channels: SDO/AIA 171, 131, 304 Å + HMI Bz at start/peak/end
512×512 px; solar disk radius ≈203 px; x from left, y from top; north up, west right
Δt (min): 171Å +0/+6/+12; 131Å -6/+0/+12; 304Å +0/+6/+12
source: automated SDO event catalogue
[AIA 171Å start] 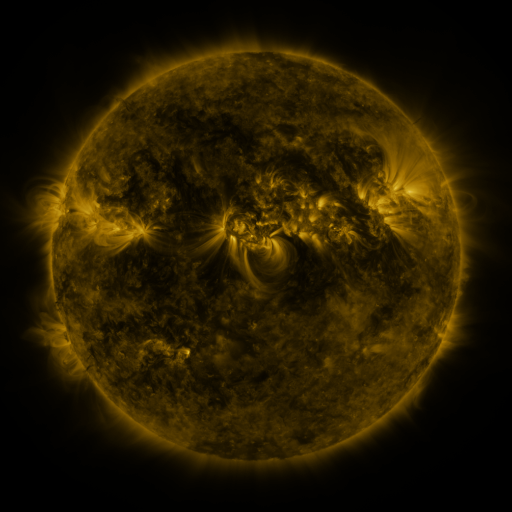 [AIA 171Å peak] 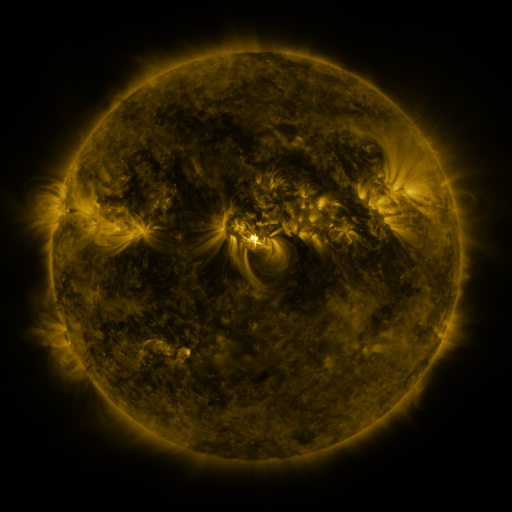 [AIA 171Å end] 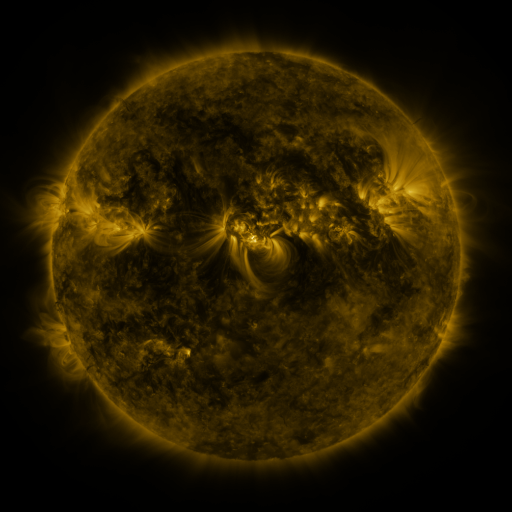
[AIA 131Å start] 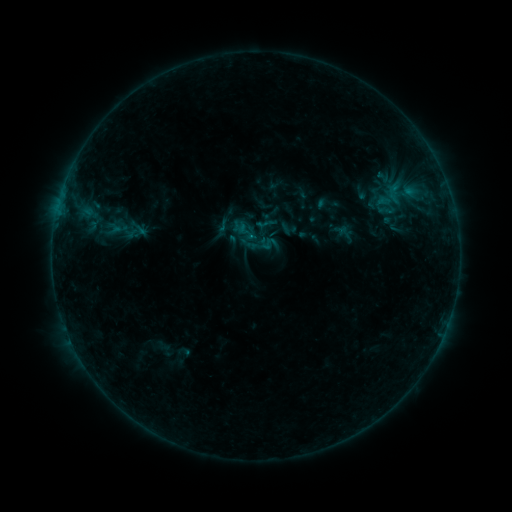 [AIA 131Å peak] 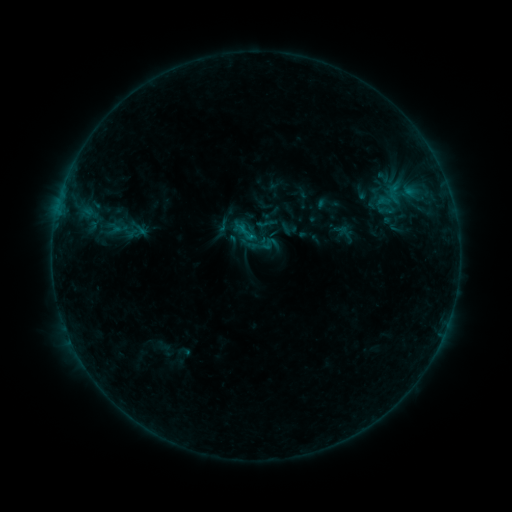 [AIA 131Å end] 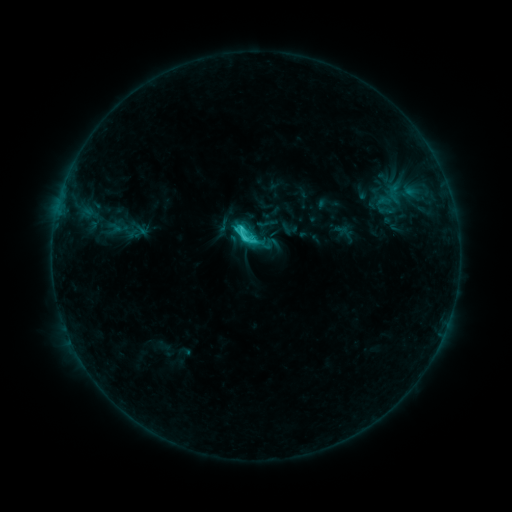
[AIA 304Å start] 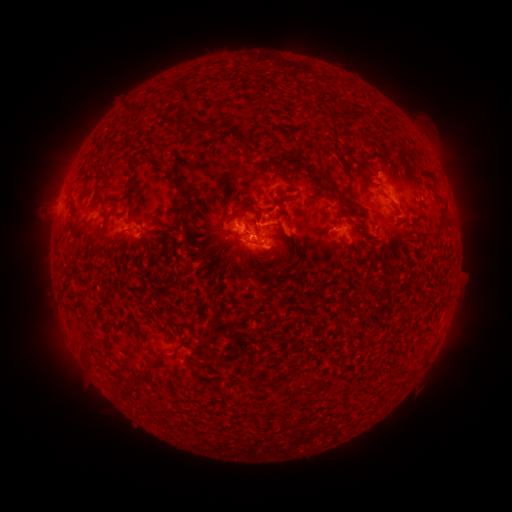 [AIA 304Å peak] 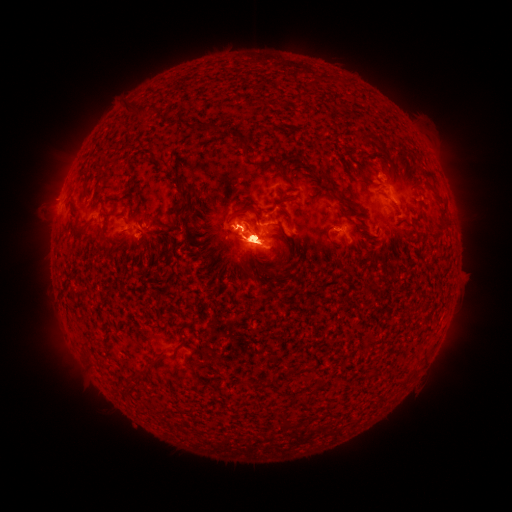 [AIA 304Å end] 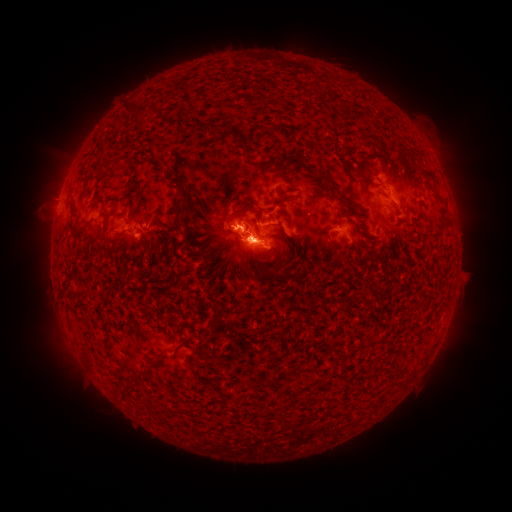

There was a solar flare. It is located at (256, 241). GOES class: M1.2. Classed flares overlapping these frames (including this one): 1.